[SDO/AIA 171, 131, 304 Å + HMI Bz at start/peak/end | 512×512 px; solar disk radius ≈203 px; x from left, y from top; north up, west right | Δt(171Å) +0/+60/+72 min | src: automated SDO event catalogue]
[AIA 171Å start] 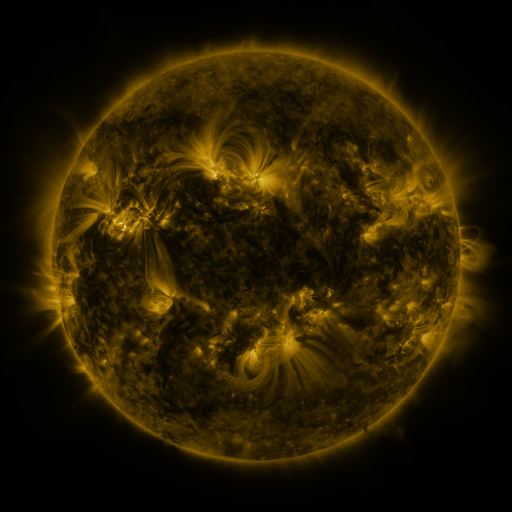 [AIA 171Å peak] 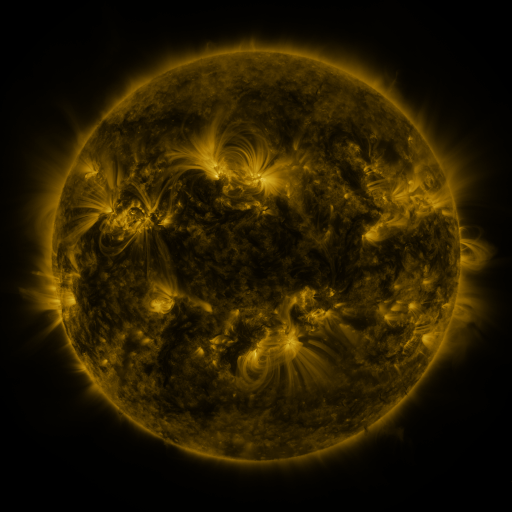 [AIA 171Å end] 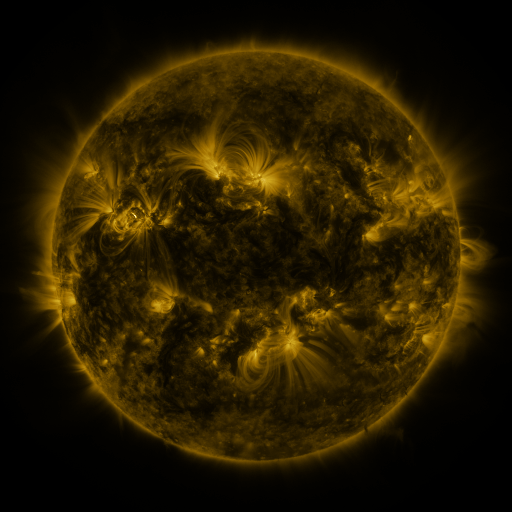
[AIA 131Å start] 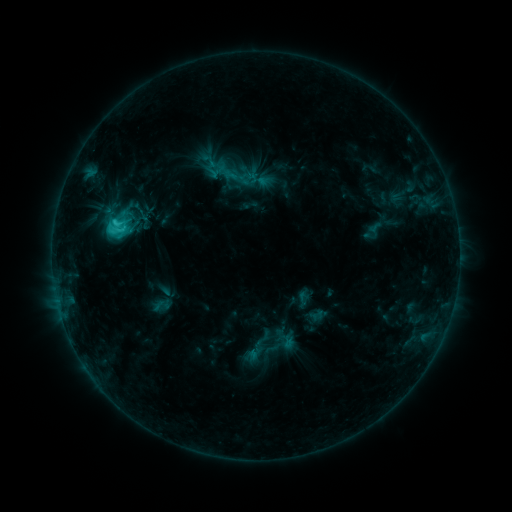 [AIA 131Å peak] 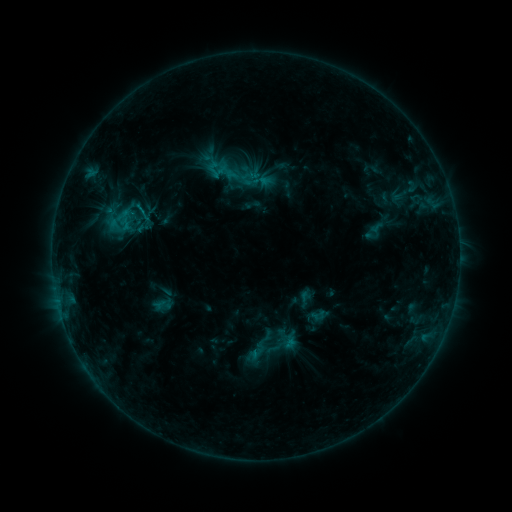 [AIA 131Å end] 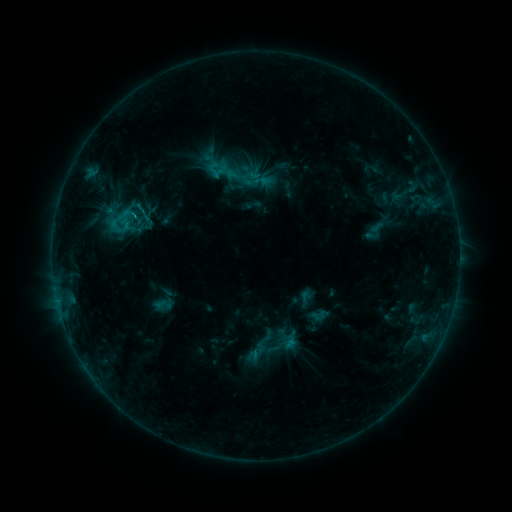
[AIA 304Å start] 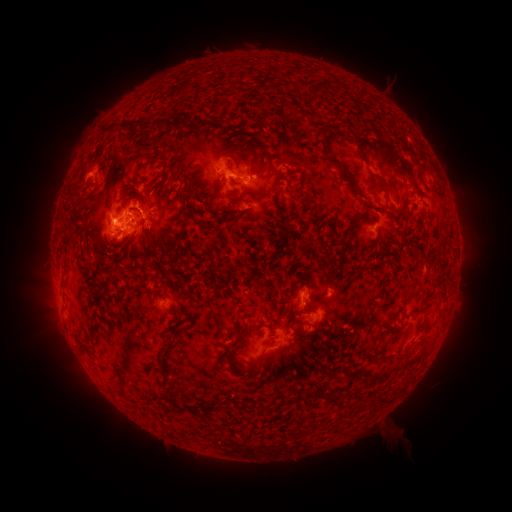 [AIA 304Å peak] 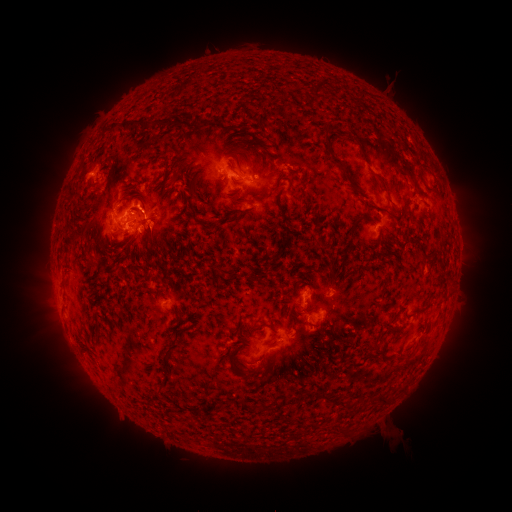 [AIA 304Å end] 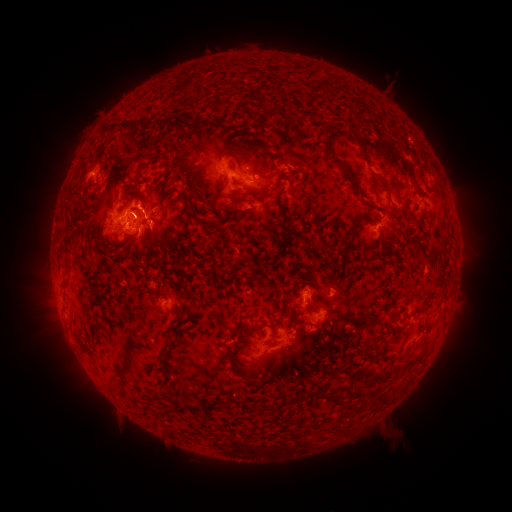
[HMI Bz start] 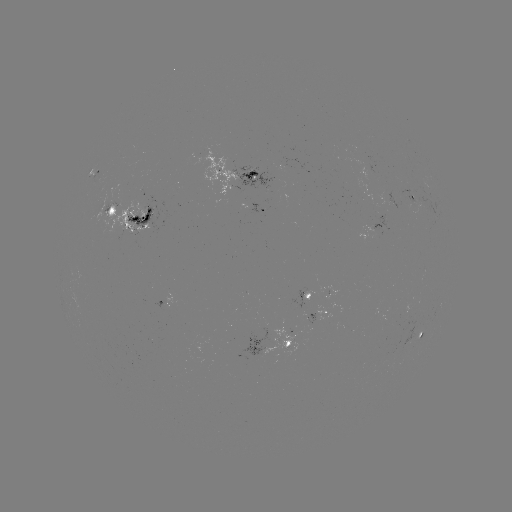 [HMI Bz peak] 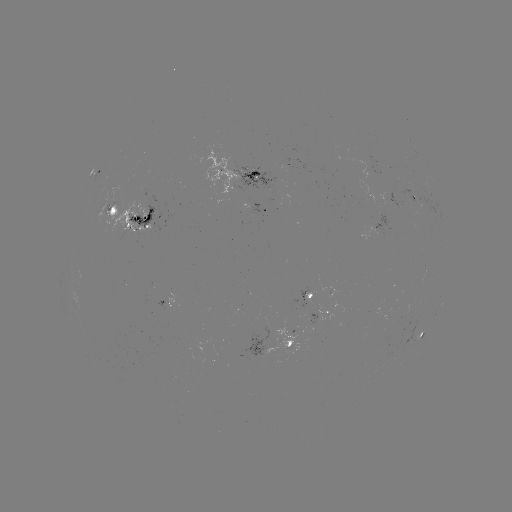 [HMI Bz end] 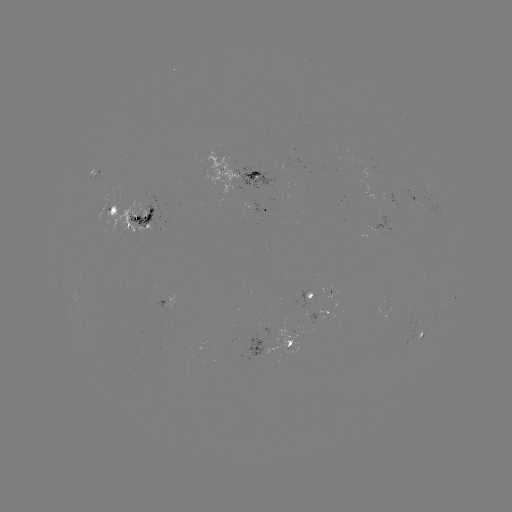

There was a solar emerging-flux region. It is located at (410, 313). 